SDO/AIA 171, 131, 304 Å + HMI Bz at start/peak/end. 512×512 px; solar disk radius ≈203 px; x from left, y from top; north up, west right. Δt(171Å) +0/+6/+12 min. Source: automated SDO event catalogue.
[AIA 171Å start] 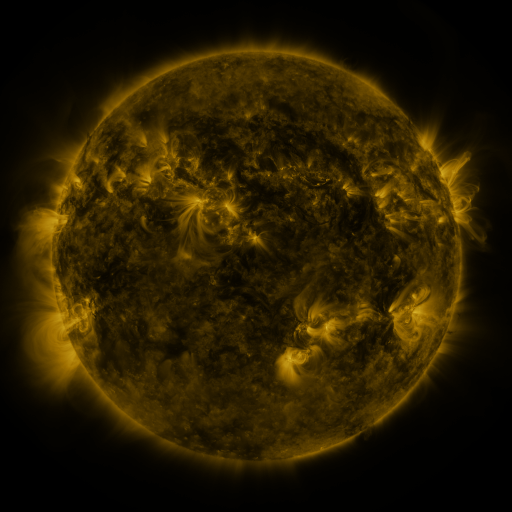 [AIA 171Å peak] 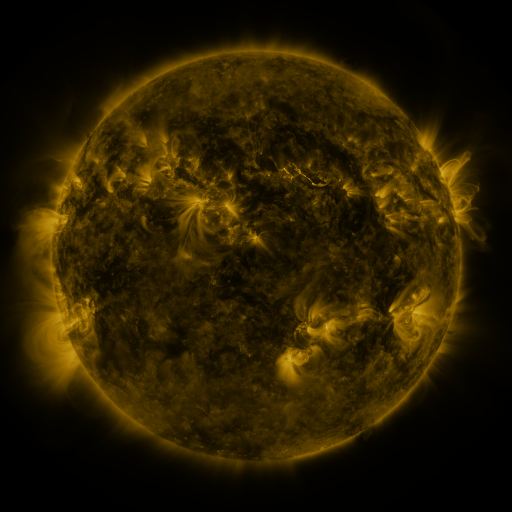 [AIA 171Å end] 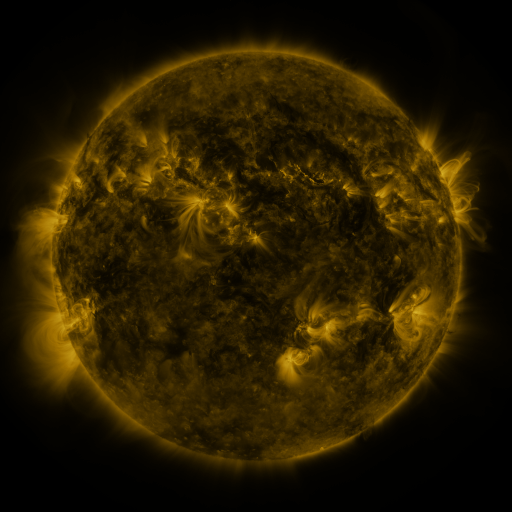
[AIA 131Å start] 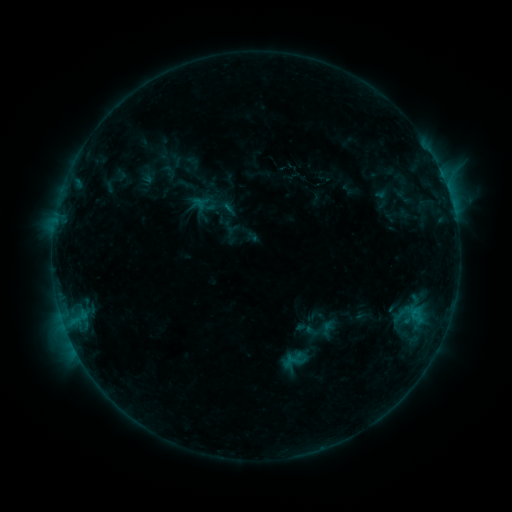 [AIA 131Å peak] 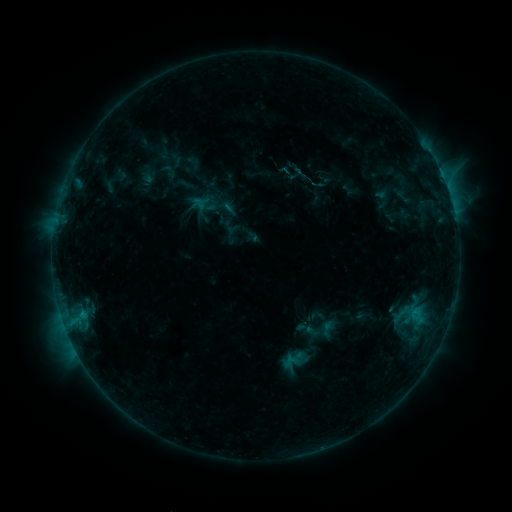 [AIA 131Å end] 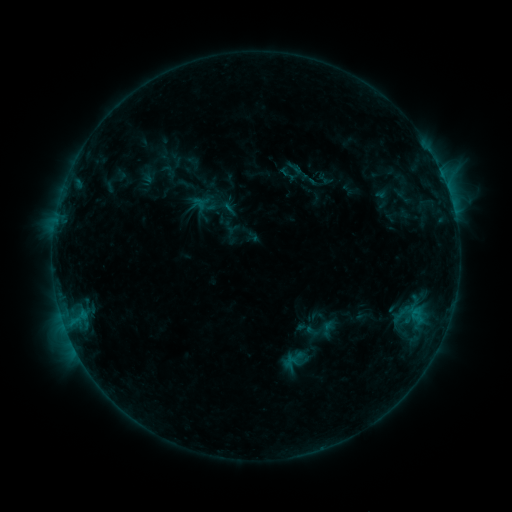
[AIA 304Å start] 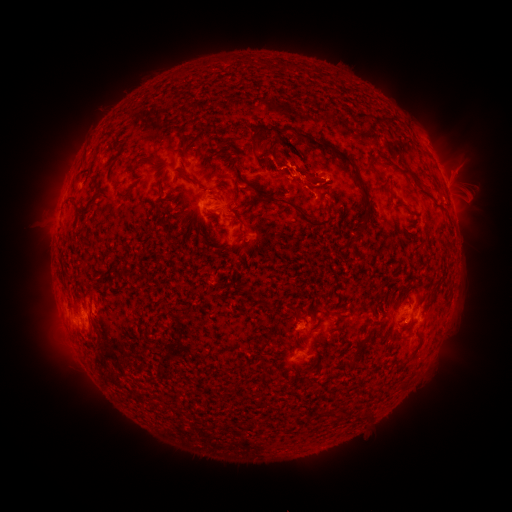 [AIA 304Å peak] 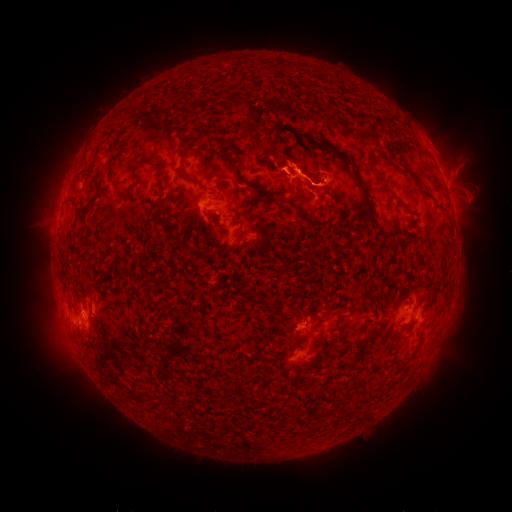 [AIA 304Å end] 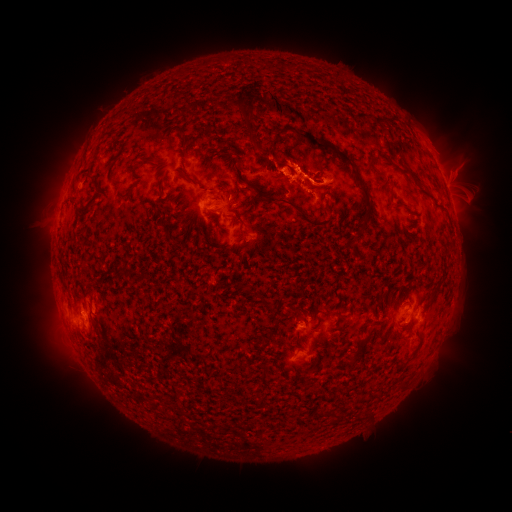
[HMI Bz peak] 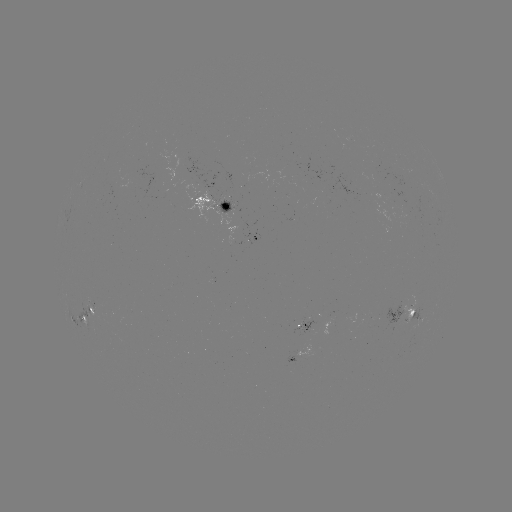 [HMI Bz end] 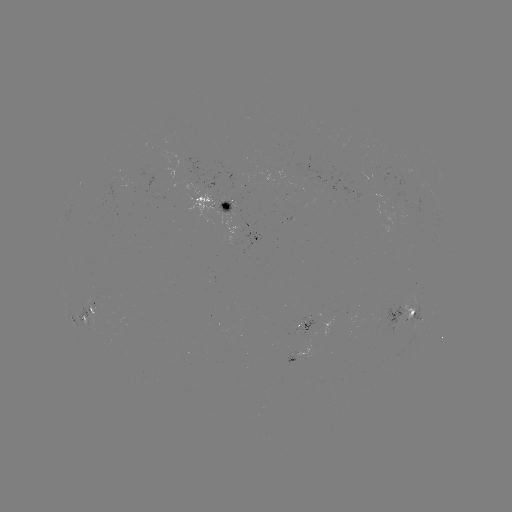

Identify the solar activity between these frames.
eruption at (436, 142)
